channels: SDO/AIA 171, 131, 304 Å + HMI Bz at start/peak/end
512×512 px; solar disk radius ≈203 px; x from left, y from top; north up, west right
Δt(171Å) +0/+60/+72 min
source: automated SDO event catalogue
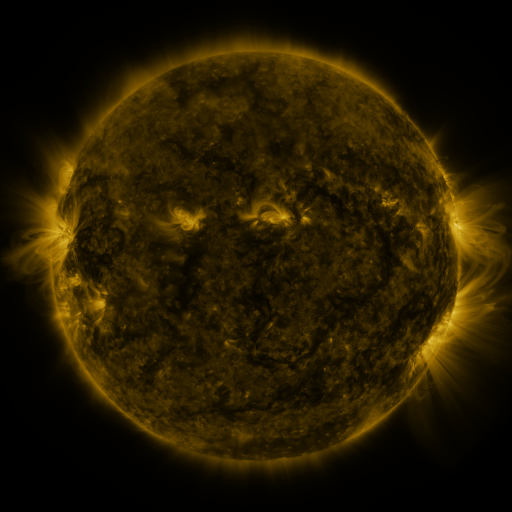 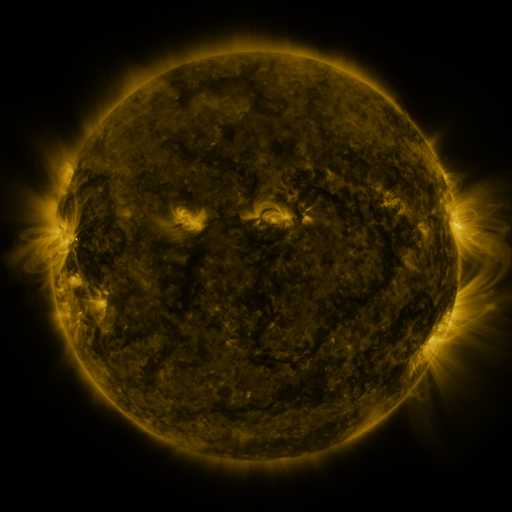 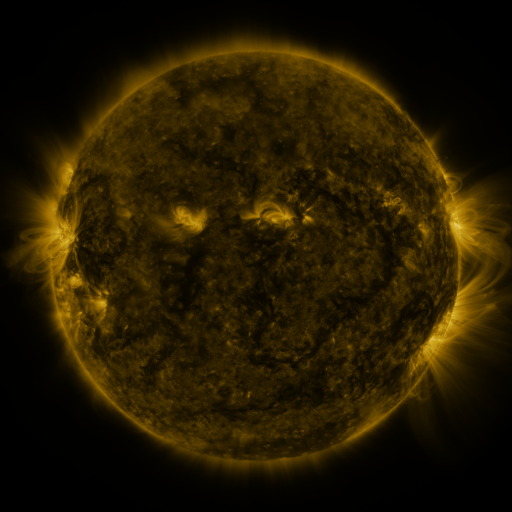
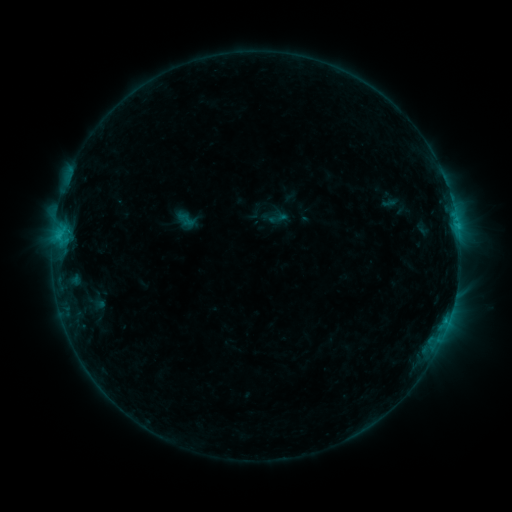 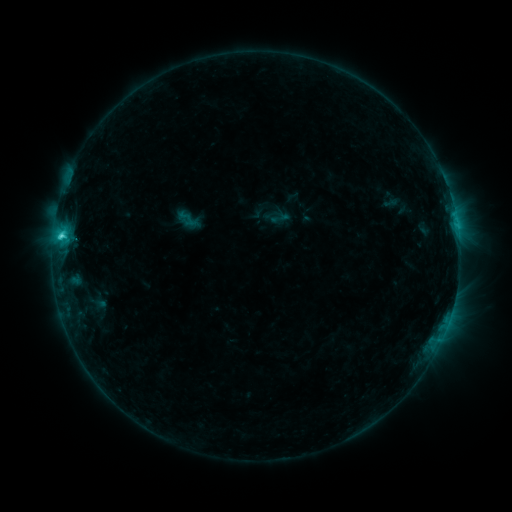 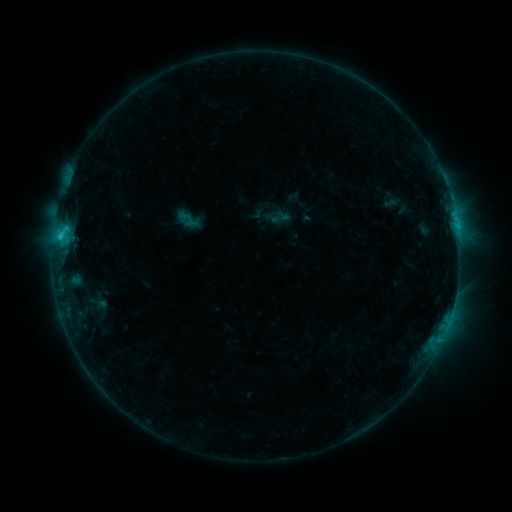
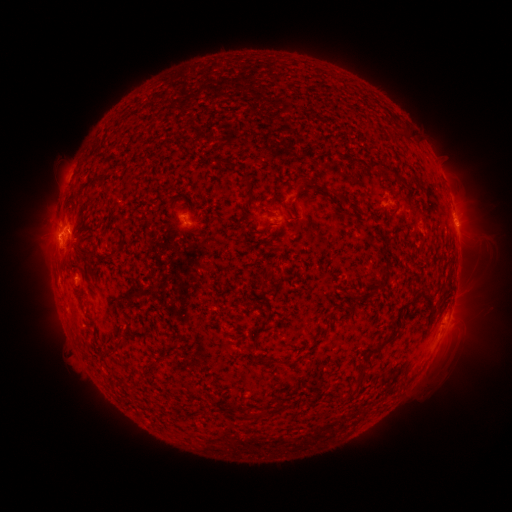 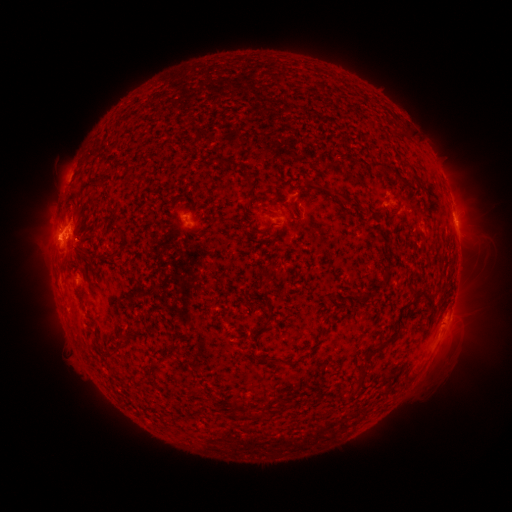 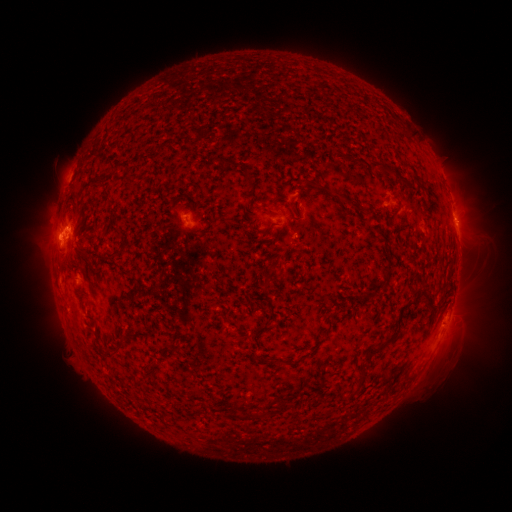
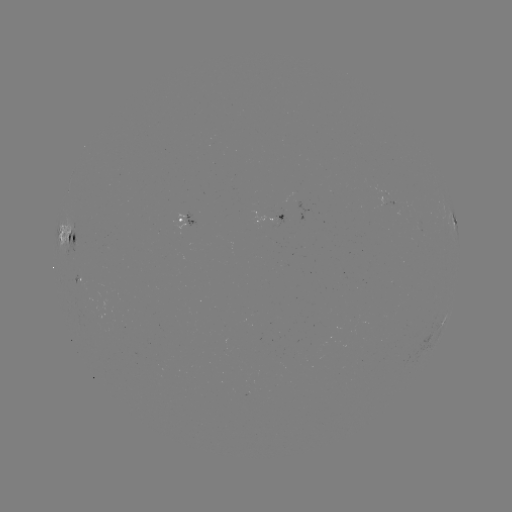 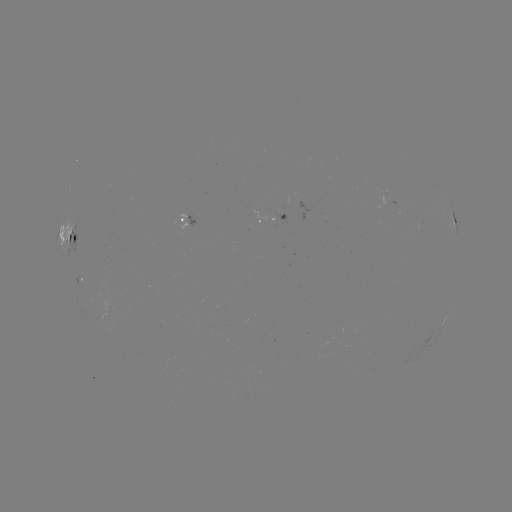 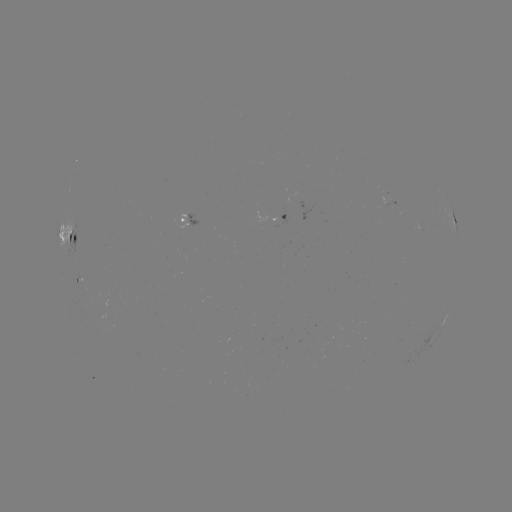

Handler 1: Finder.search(emerging-flux region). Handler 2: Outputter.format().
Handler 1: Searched emerging-flux region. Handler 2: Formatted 276,220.